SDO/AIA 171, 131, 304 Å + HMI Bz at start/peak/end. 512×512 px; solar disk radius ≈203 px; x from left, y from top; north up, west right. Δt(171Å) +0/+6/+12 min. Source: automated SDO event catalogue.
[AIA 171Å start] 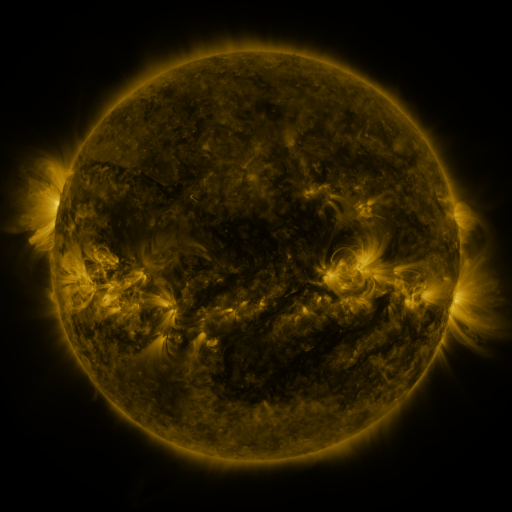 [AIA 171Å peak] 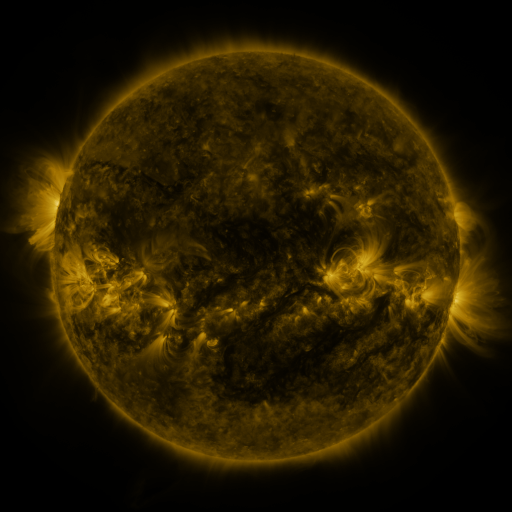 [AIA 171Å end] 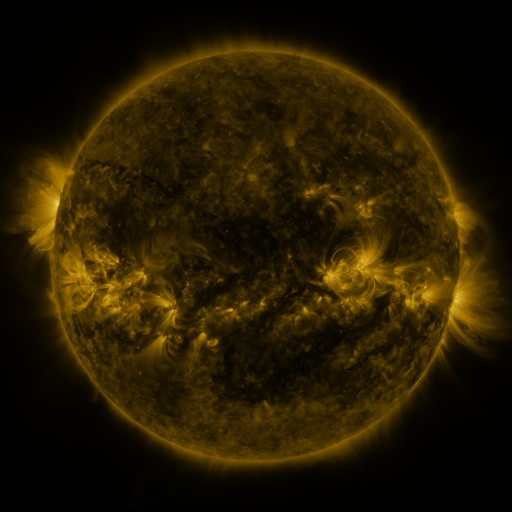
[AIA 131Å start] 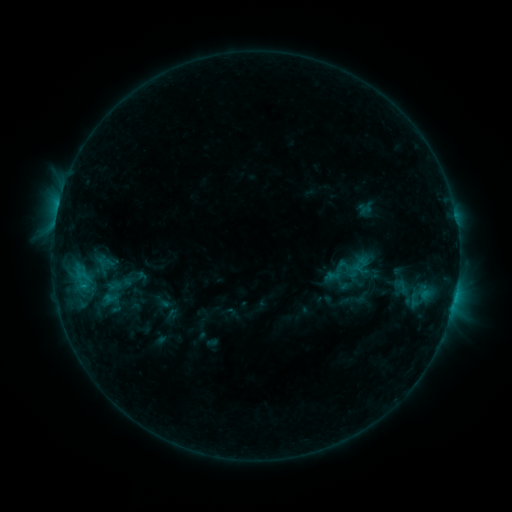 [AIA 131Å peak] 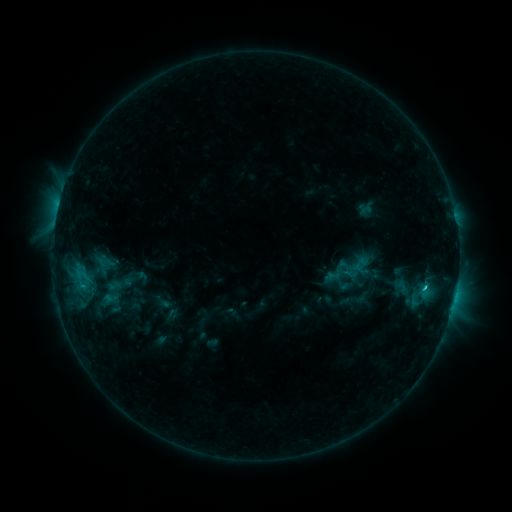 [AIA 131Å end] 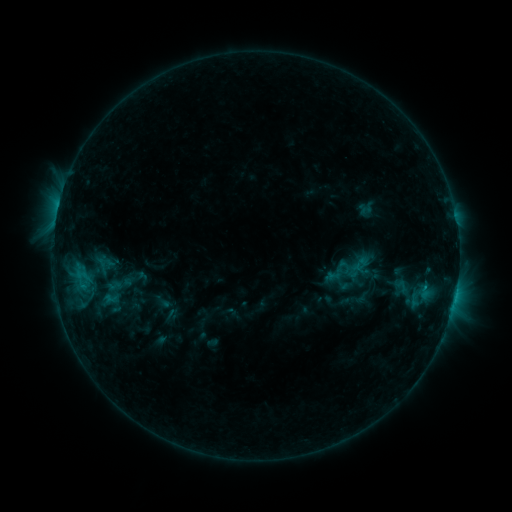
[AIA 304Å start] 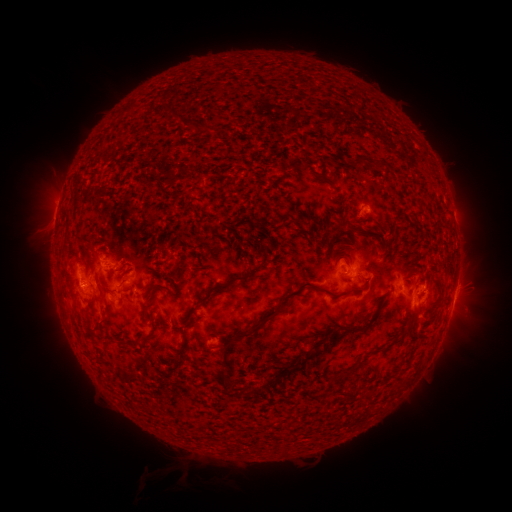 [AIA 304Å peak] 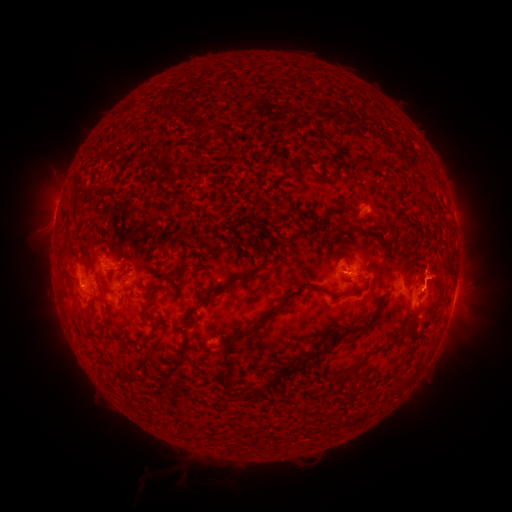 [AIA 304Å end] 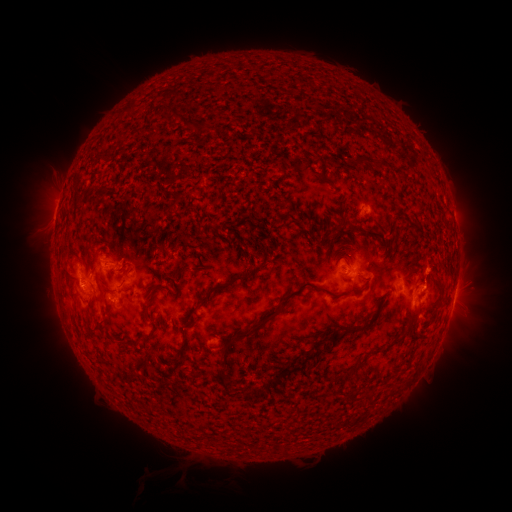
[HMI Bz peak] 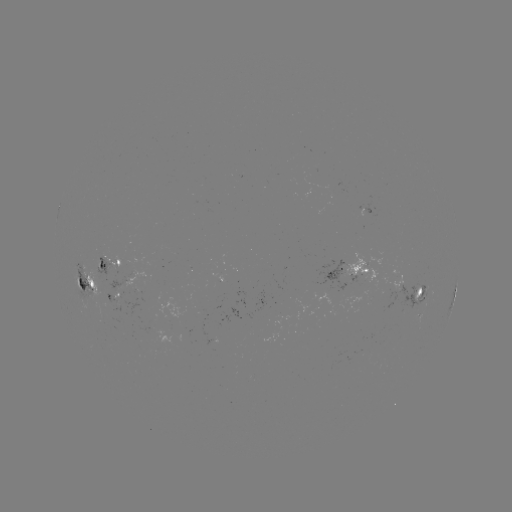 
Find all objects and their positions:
C1.2 flare: (422, 288)
